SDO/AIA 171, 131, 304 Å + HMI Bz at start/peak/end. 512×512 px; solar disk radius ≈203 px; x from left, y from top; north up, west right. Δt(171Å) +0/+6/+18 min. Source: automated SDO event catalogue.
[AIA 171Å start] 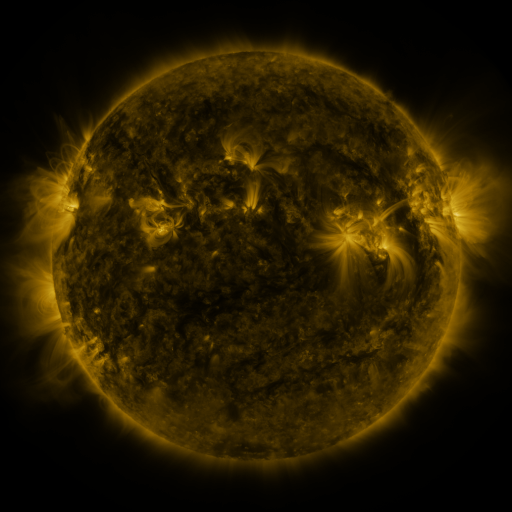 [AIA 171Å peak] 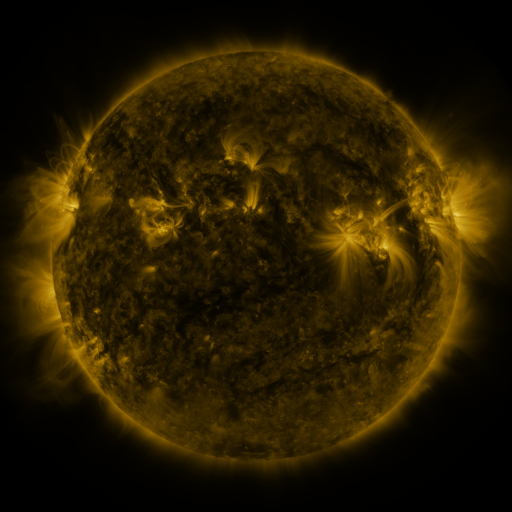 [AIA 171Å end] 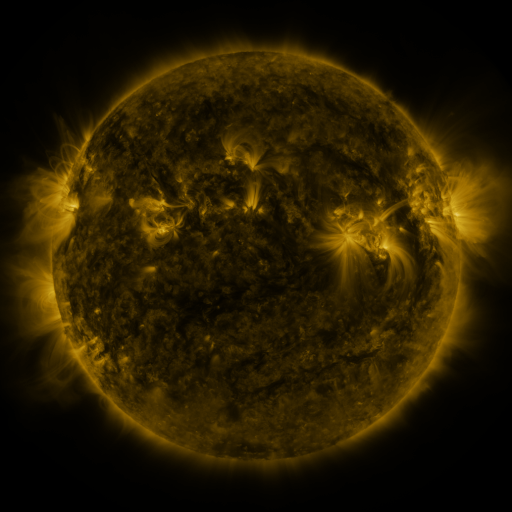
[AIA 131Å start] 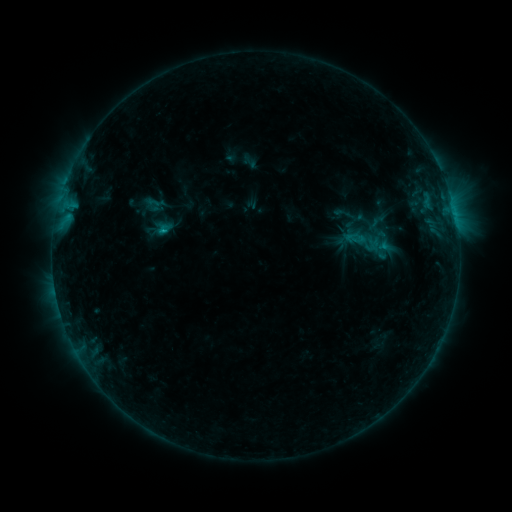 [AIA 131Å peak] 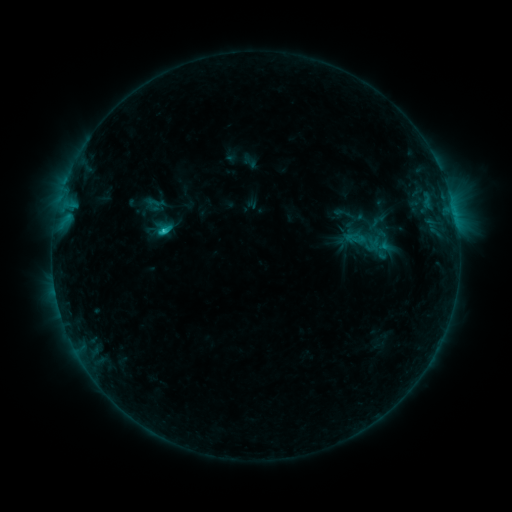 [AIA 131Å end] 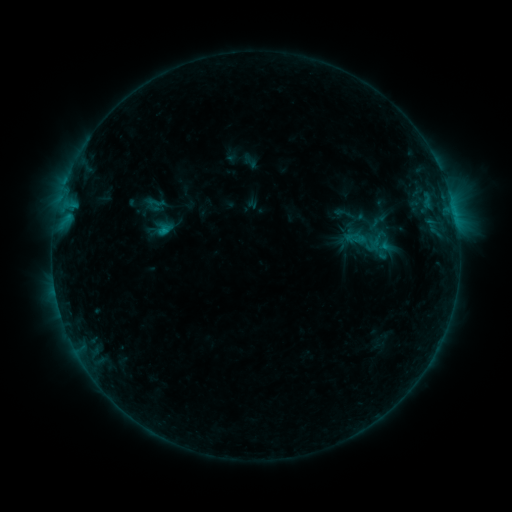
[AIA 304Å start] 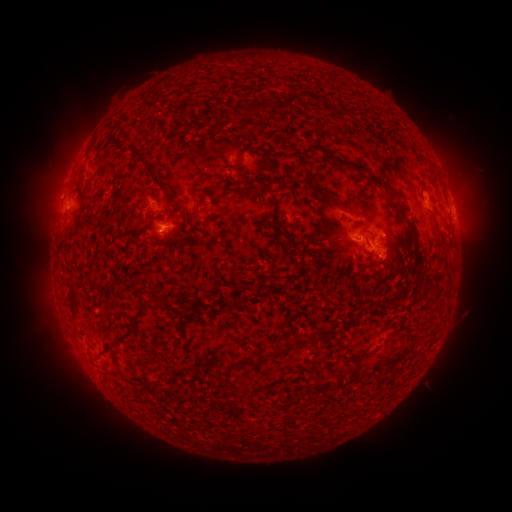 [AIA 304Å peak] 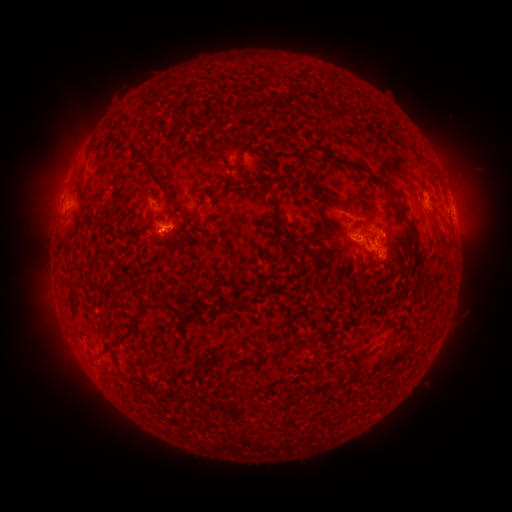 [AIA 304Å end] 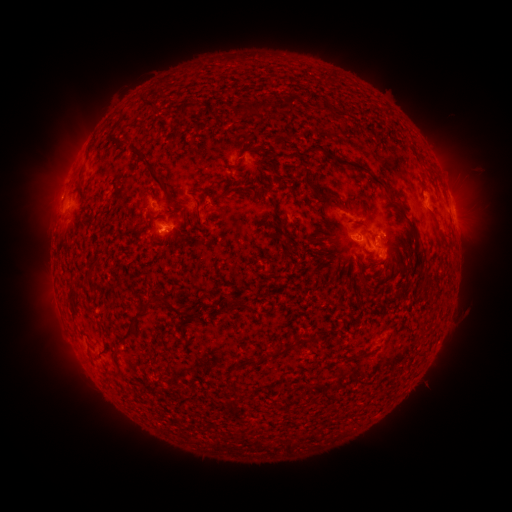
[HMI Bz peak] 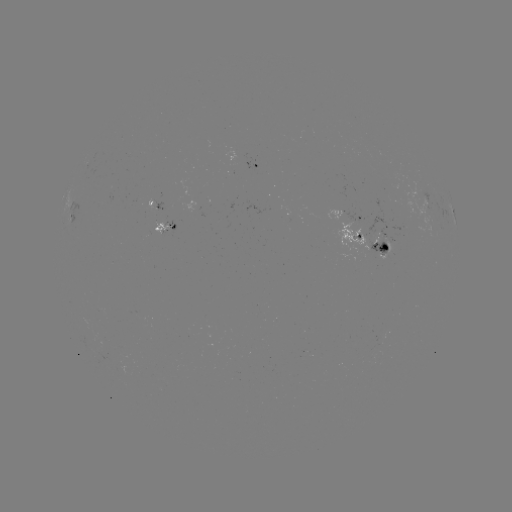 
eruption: <bbox>437, 146, 503, 256</bbox>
